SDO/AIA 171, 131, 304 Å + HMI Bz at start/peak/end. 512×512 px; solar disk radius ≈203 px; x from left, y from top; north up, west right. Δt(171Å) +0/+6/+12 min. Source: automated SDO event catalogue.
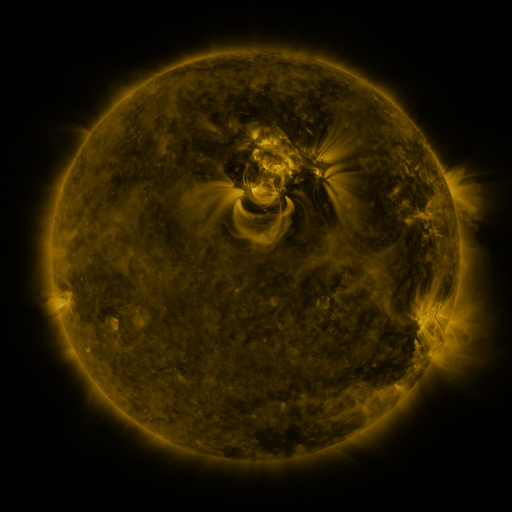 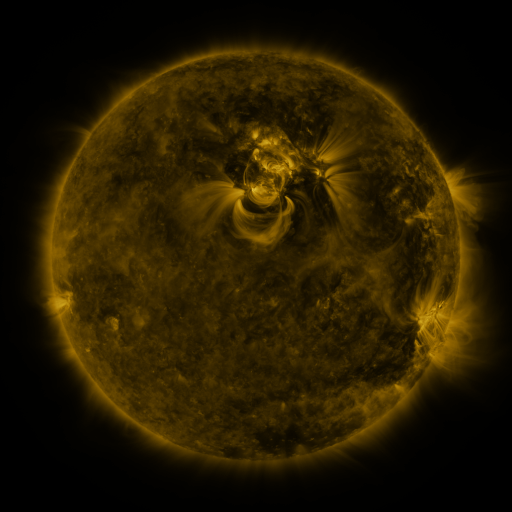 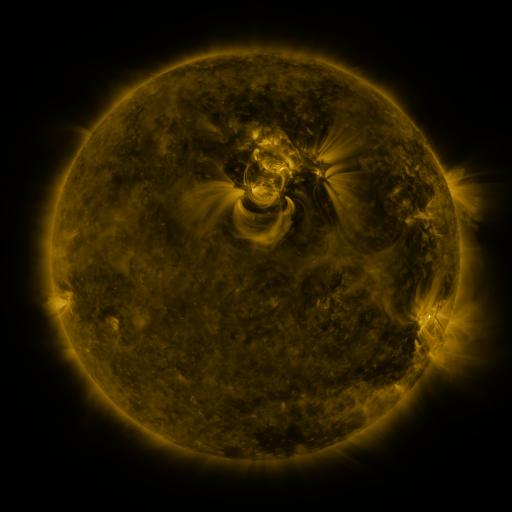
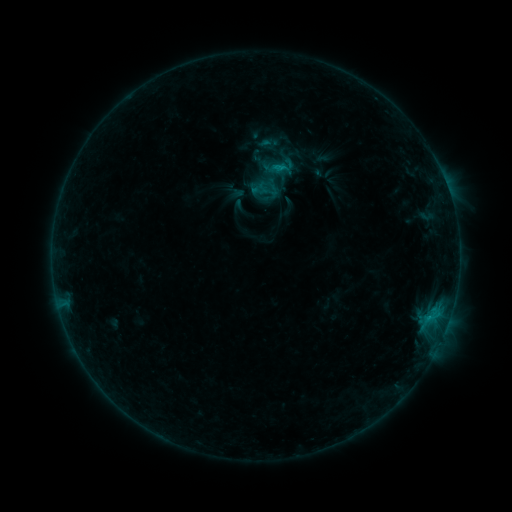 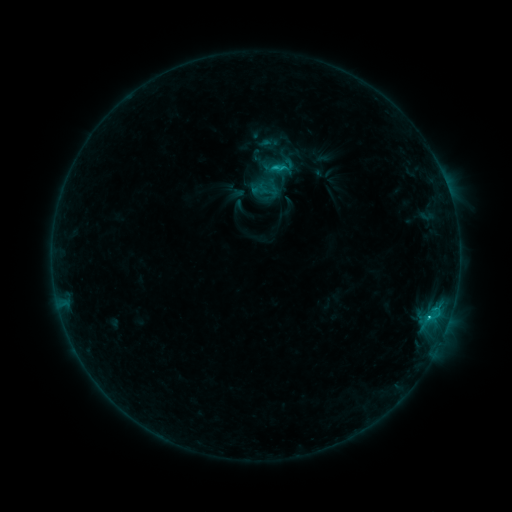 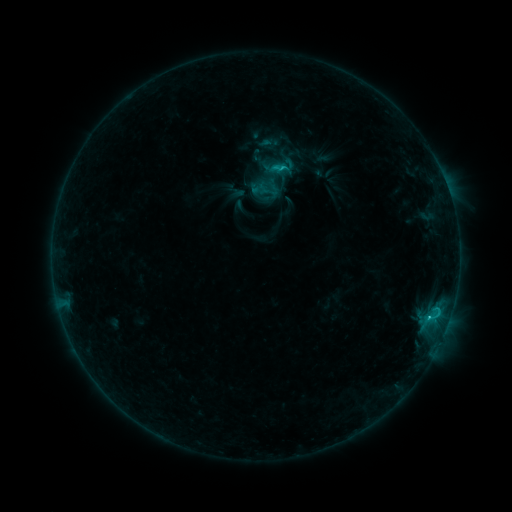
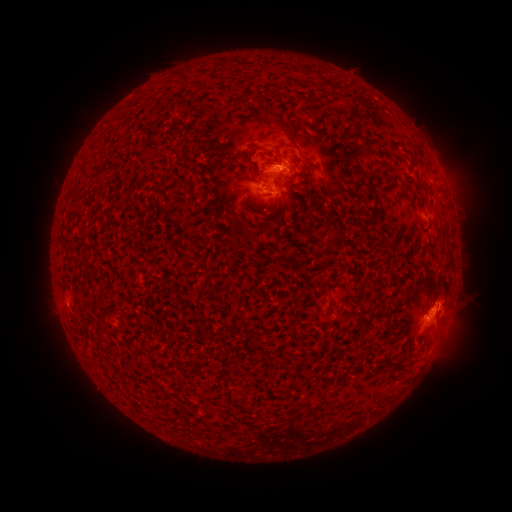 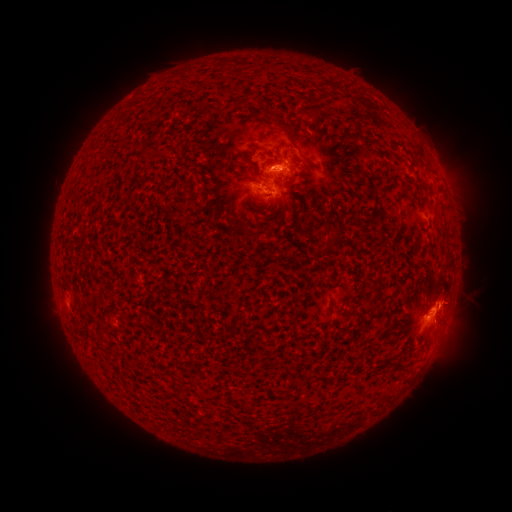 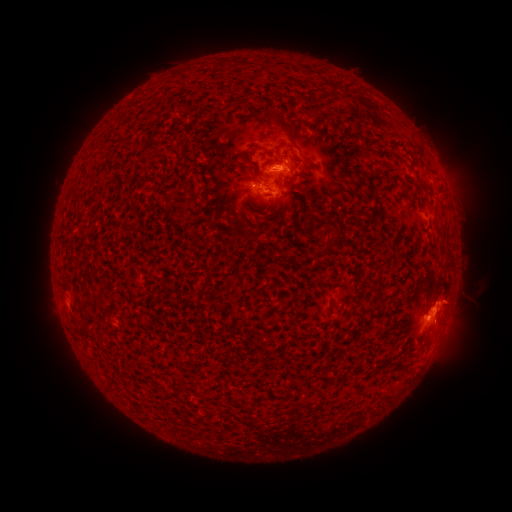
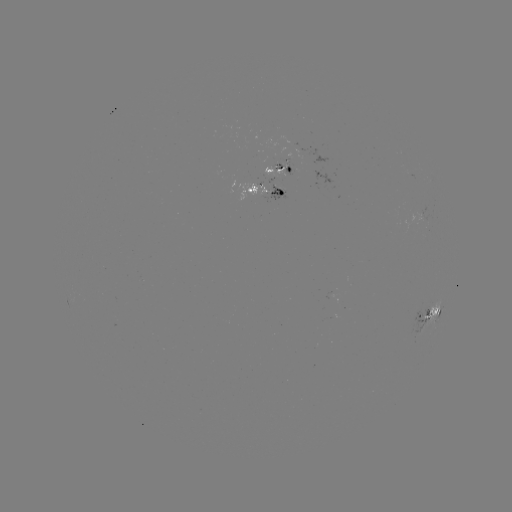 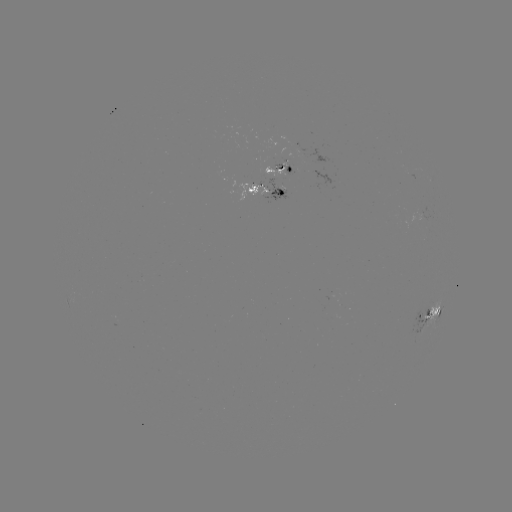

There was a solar flare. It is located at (238, 173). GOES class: C1.8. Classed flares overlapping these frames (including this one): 1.